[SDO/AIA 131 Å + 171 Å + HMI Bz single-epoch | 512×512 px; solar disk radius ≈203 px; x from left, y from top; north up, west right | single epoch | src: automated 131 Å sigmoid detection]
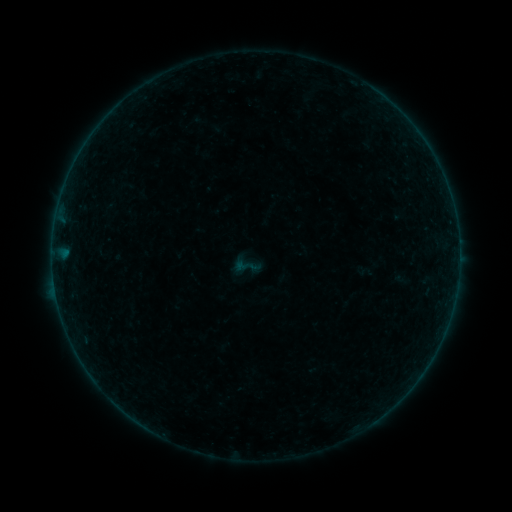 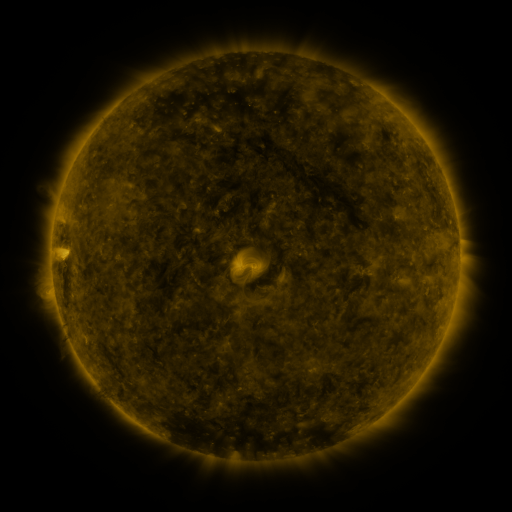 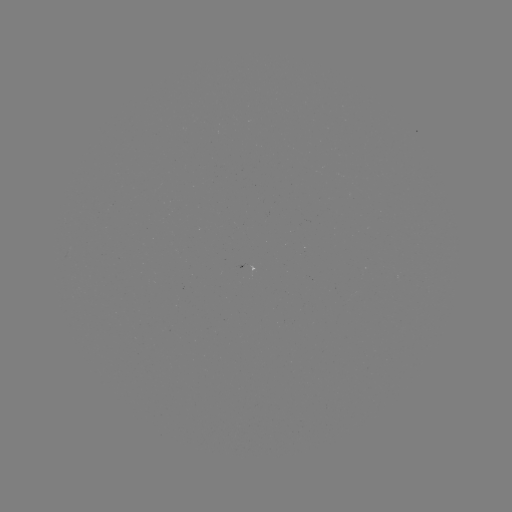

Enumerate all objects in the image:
sigmoid: <bbox>240, 257, 258, 276</bbox>
